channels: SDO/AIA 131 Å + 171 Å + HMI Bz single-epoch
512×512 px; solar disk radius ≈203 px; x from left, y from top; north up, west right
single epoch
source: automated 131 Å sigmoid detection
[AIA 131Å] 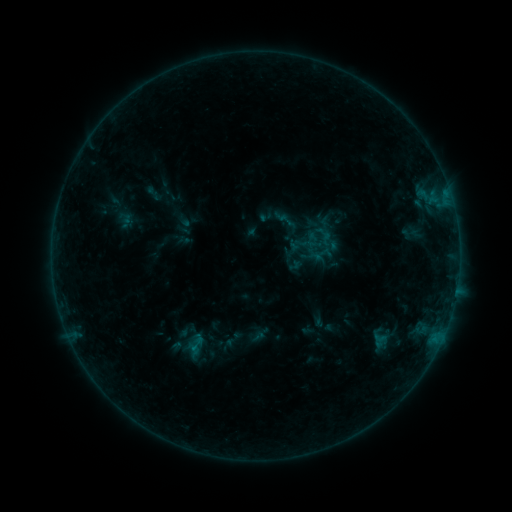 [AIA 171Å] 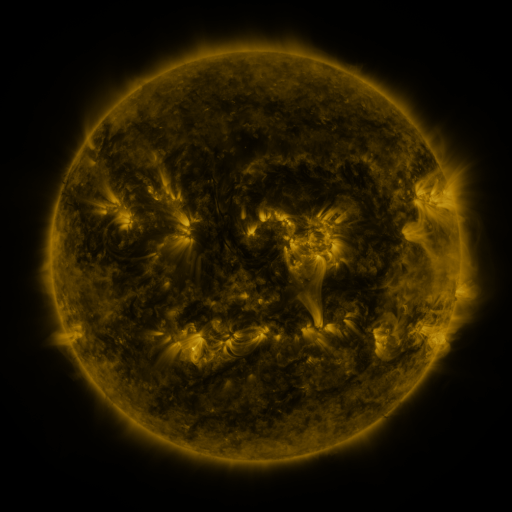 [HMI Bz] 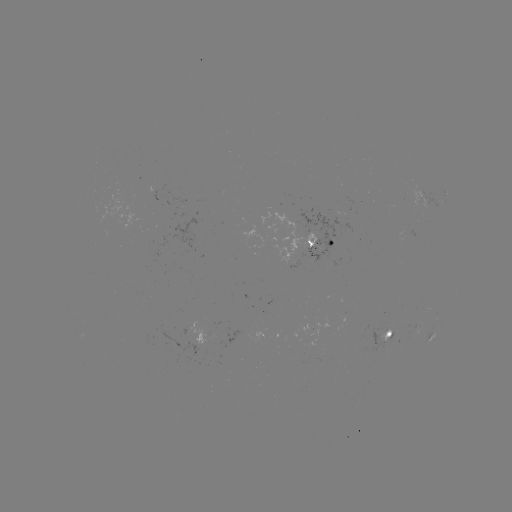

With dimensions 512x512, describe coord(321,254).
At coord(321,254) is sigmoid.